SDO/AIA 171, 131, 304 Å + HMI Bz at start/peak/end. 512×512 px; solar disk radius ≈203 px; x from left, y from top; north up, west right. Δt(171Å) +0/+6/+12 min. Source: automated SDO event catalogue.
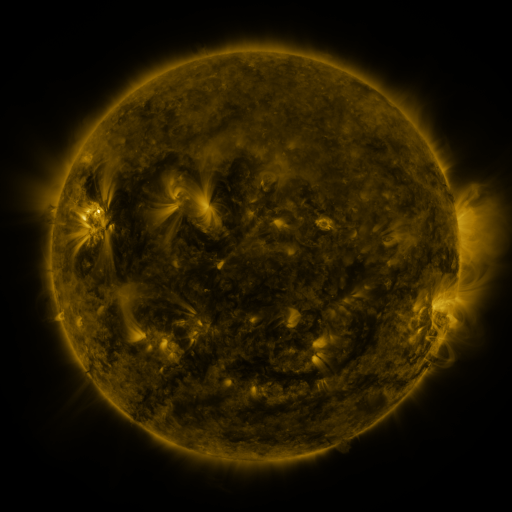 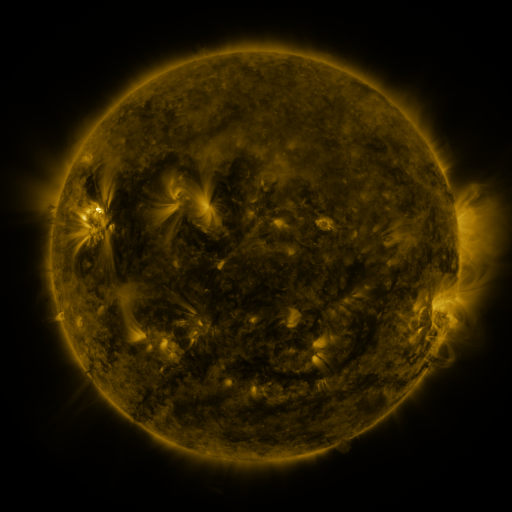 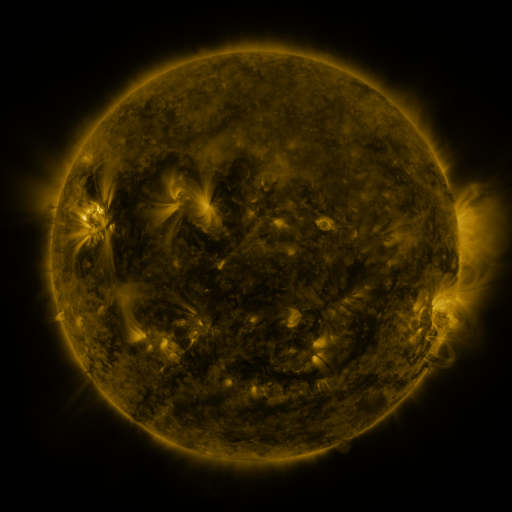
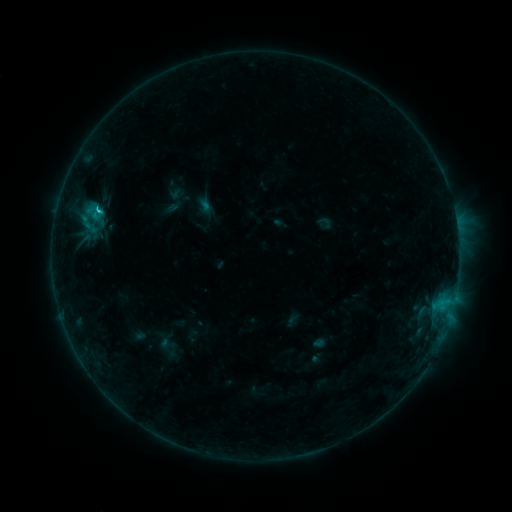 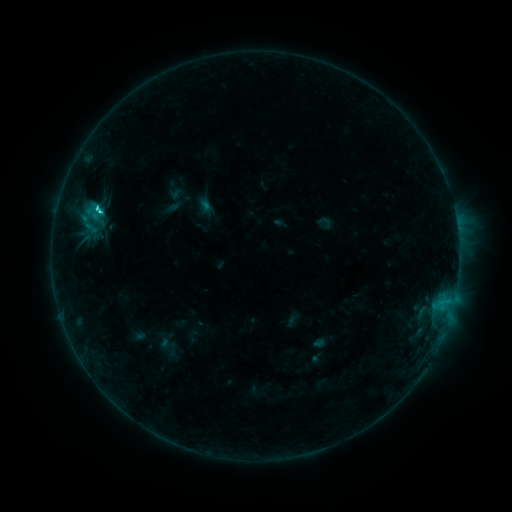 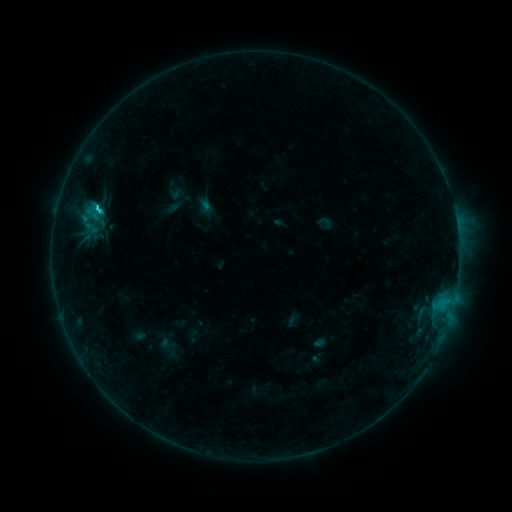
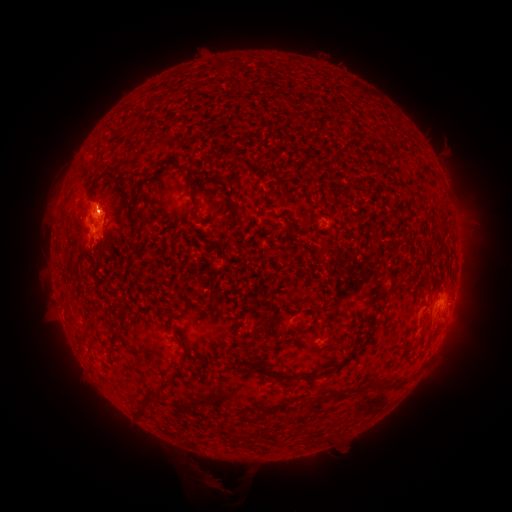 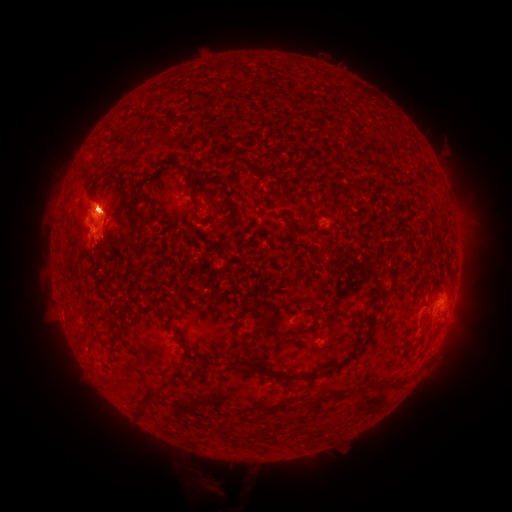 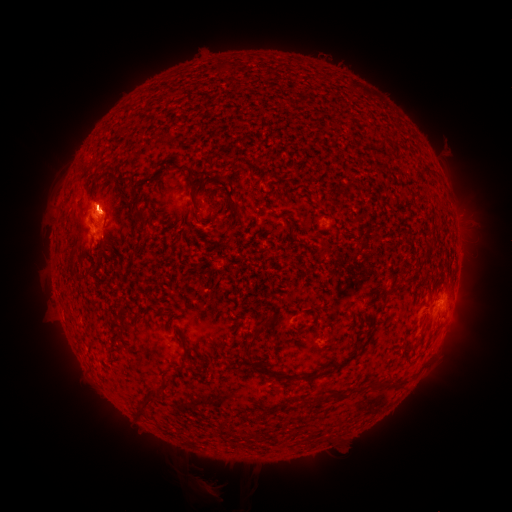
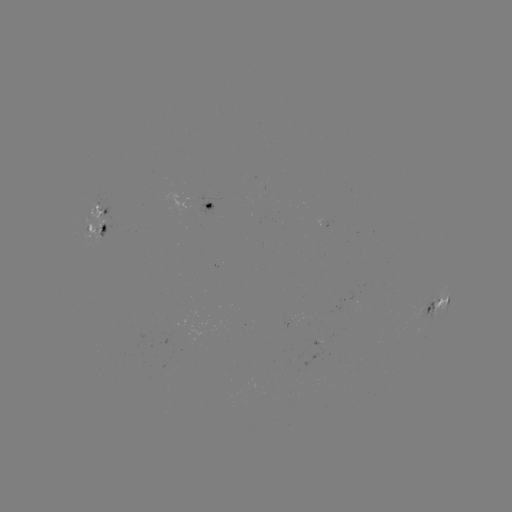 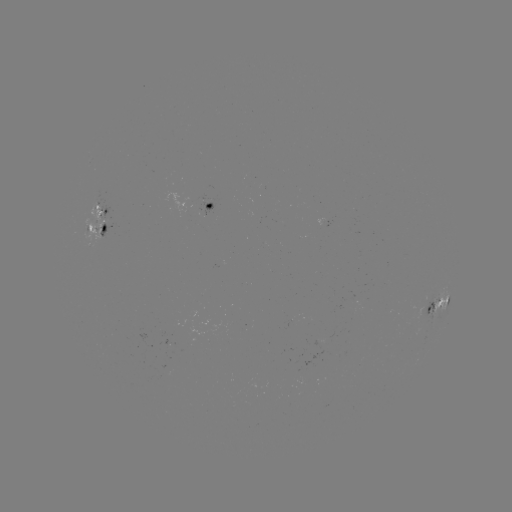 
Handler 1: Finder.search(C2.8 flare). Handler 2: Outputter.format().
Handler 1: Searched C2.8 flare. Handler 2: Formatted (101, 212).